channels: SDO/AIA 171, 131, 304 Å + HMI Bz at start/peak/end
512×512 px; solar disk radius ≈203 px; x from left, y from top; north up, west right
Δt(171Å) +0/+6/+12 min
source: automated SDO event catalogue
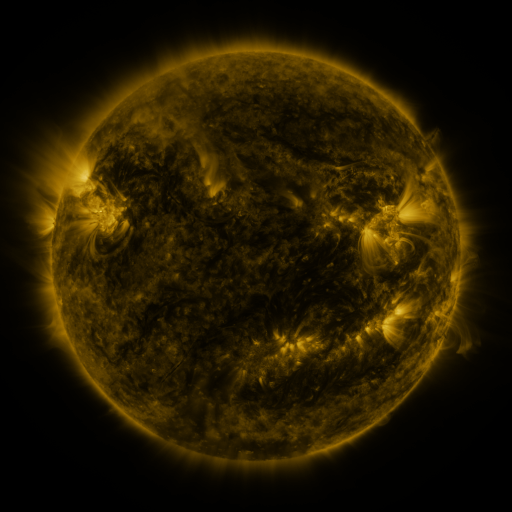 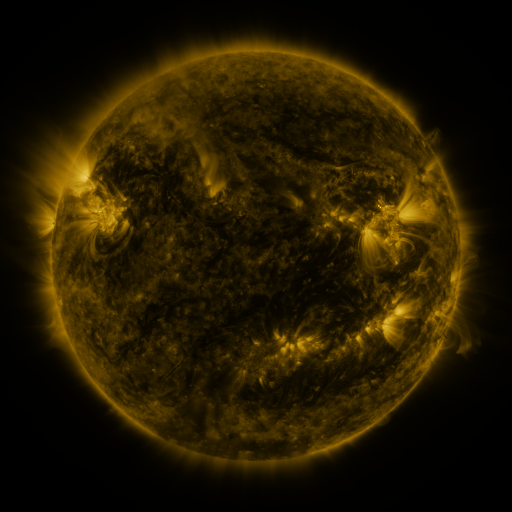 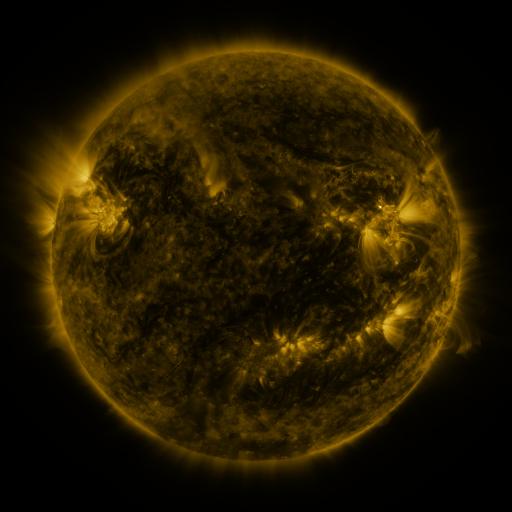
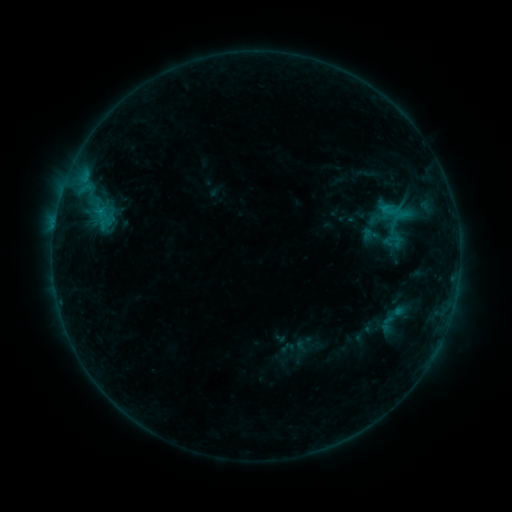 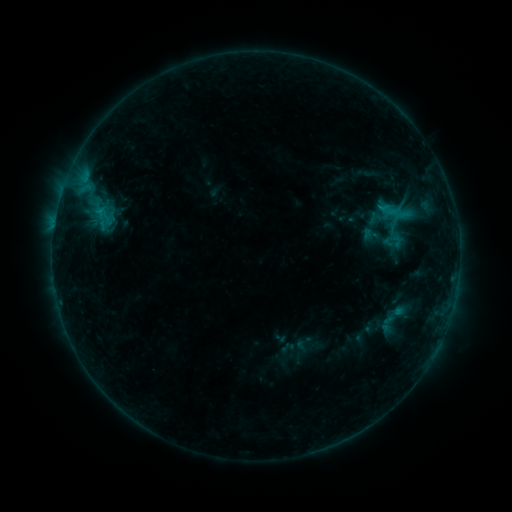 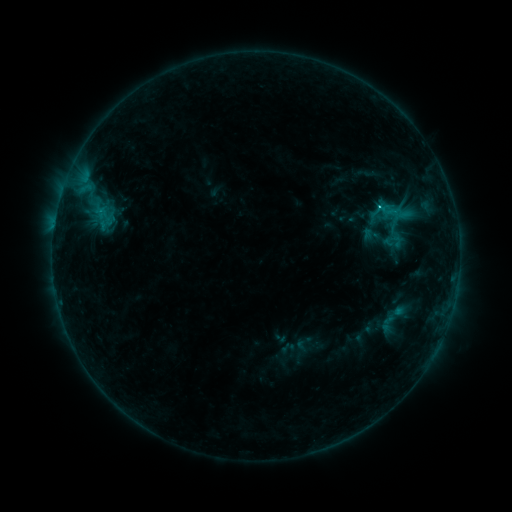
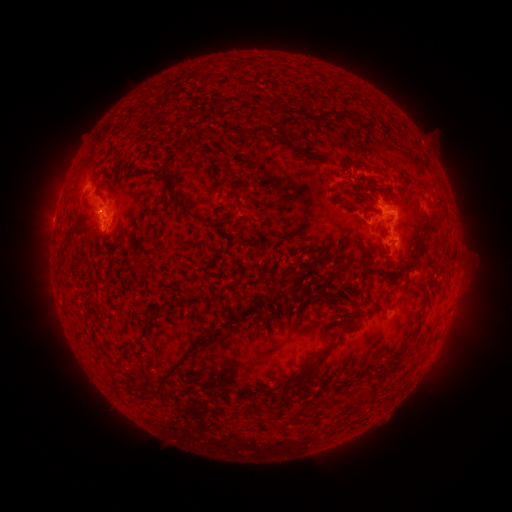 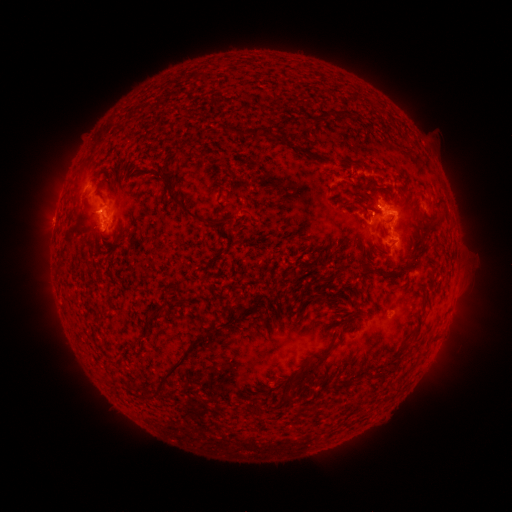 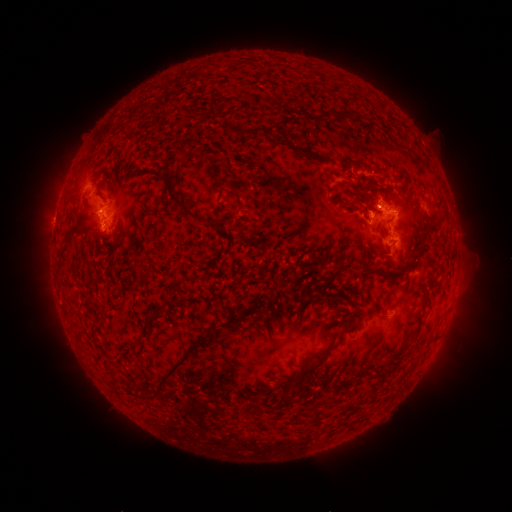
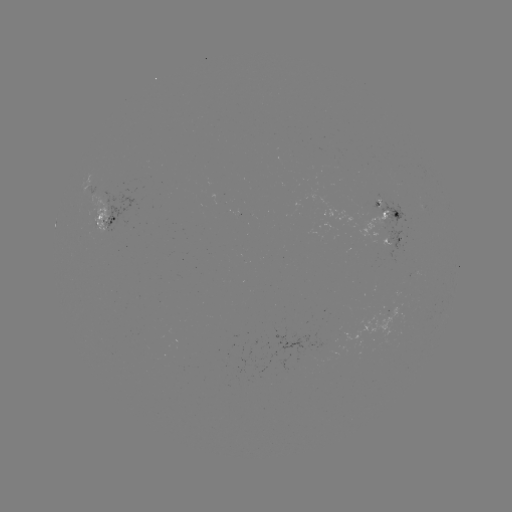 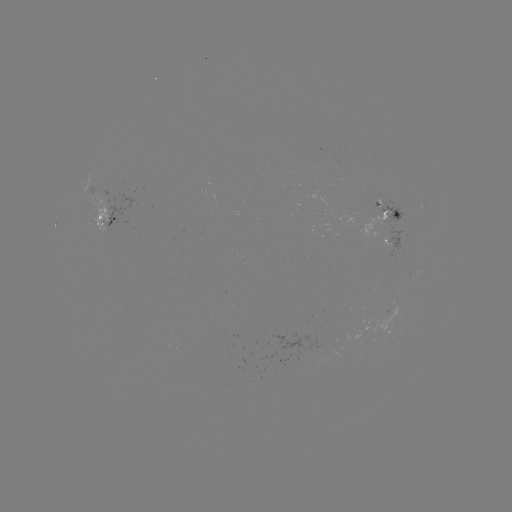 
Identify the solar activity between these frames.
C1.2 flare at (377, 208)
